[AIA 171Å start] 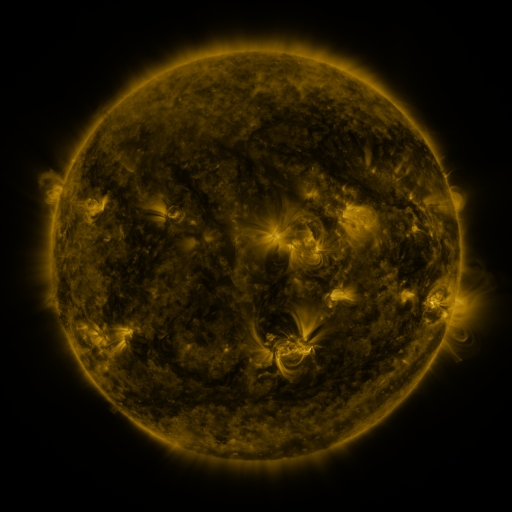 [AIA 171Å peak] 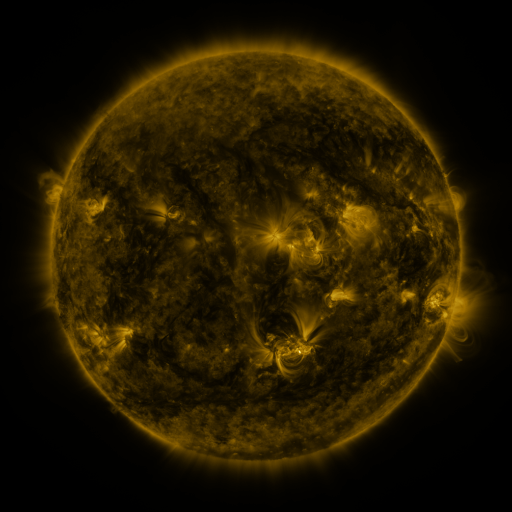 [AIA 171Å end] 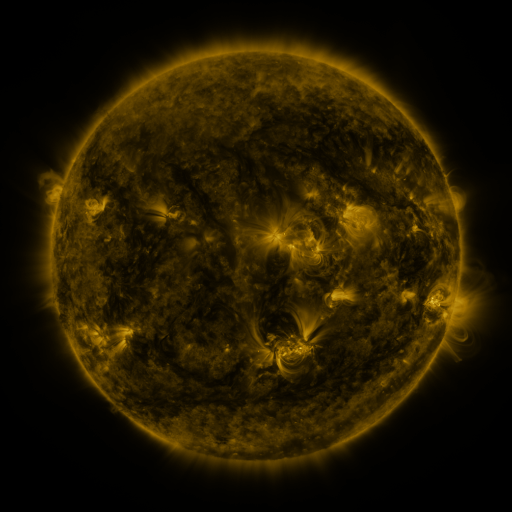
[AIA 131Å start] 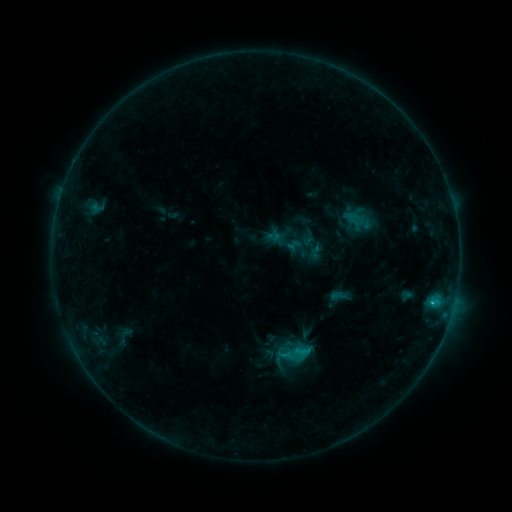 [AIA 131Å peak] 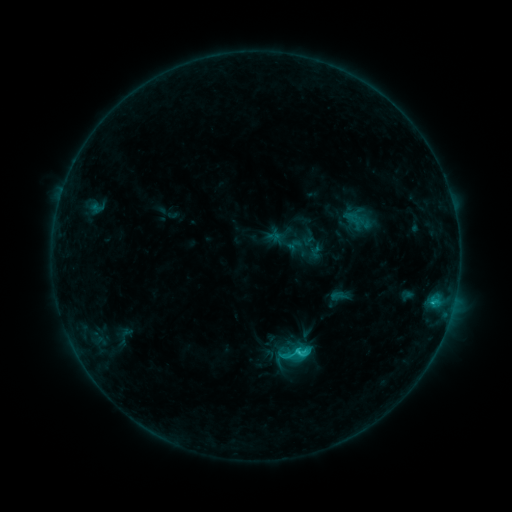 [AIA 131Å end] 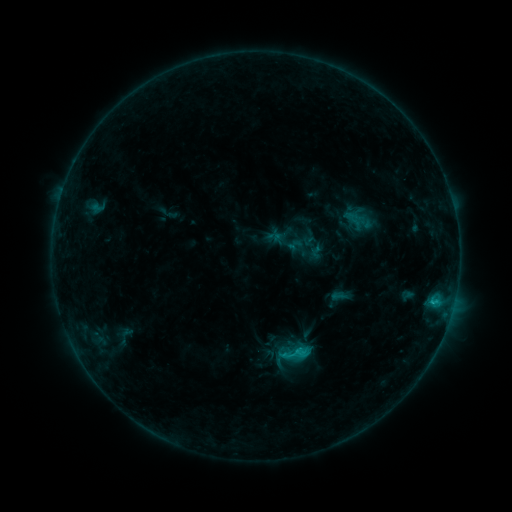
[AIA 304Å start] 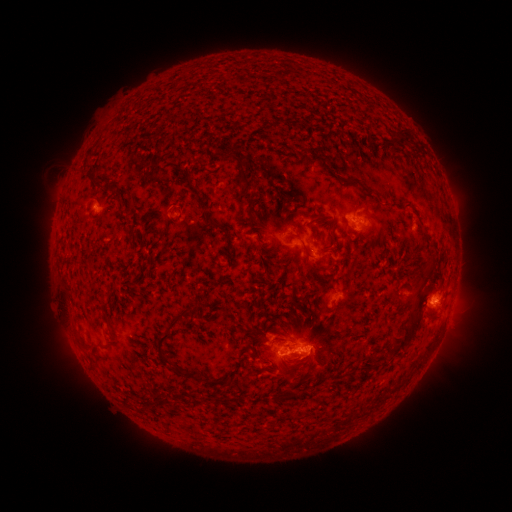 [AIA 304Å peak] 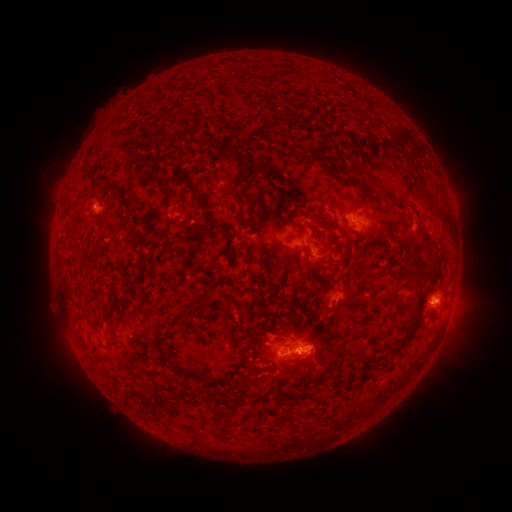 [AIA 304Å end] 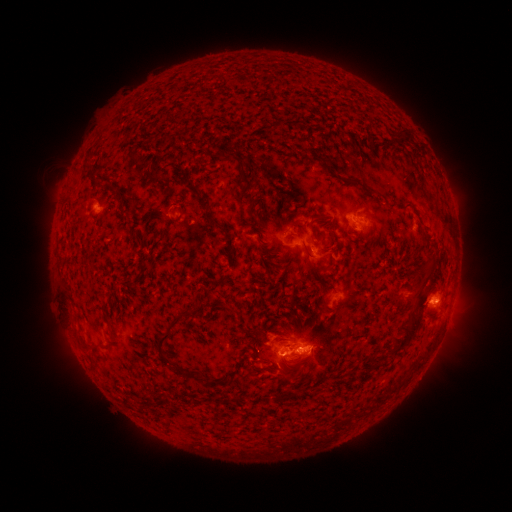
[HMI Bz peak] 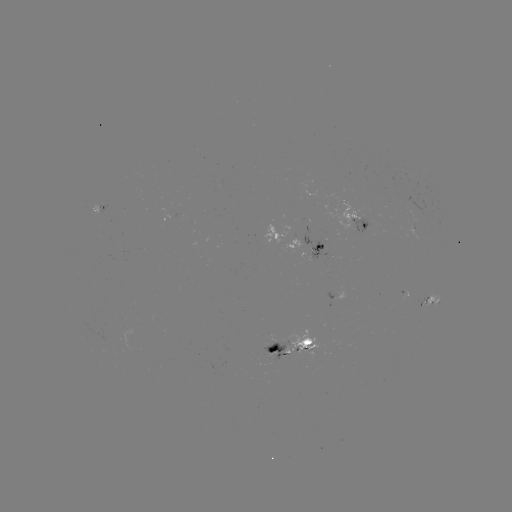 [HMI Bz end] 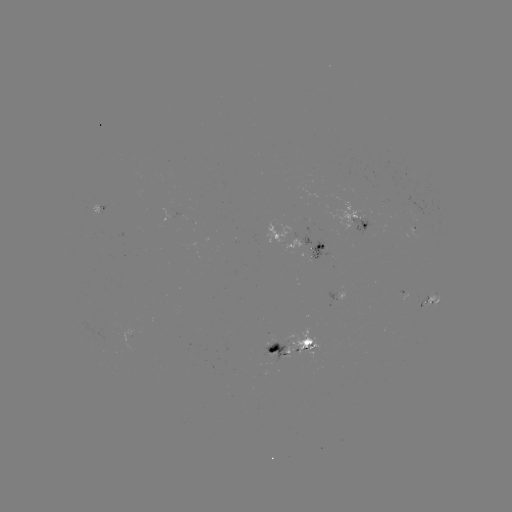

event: flare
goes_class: C2.0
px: (295, 350)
